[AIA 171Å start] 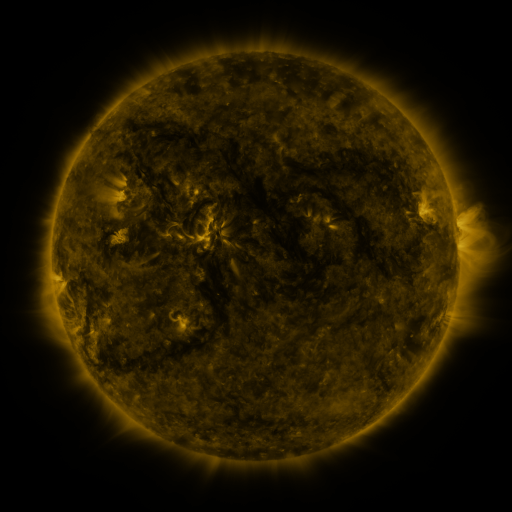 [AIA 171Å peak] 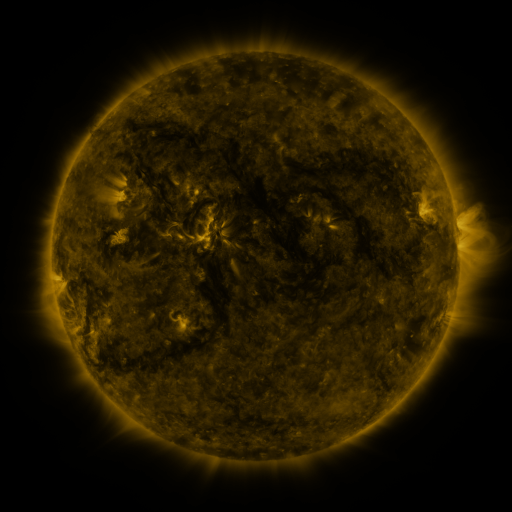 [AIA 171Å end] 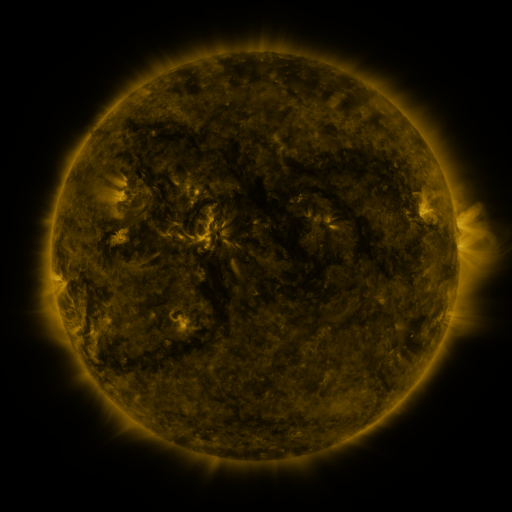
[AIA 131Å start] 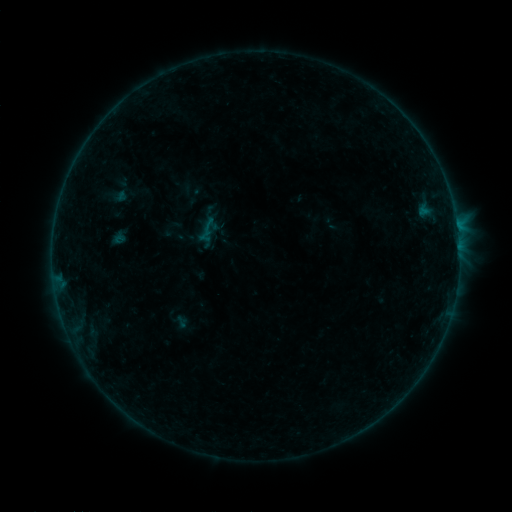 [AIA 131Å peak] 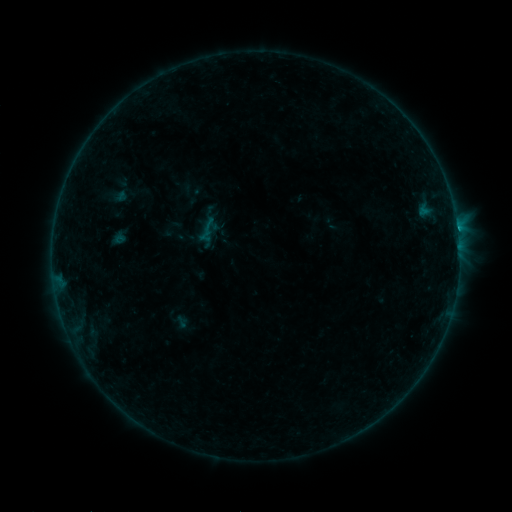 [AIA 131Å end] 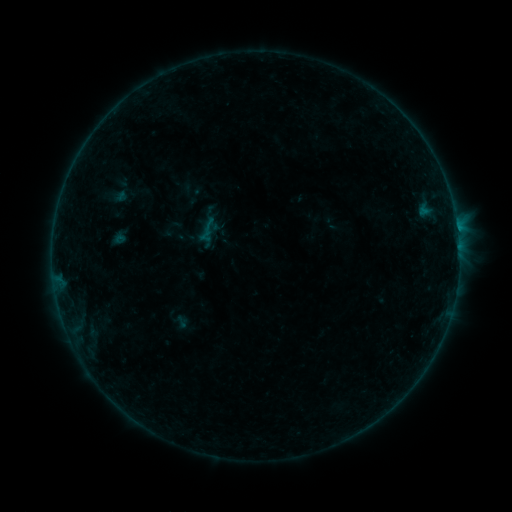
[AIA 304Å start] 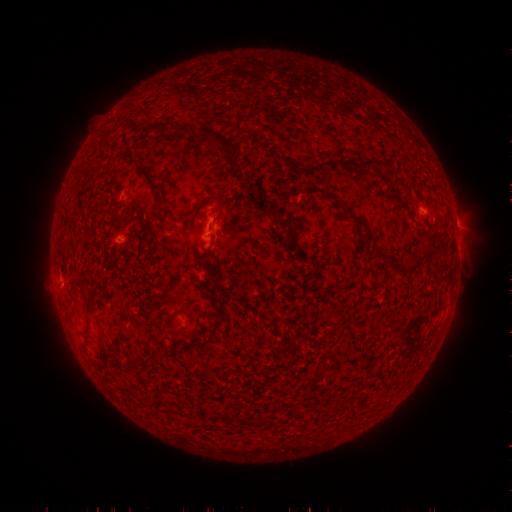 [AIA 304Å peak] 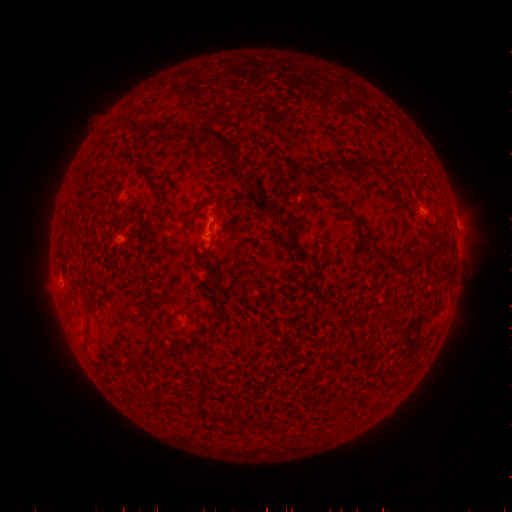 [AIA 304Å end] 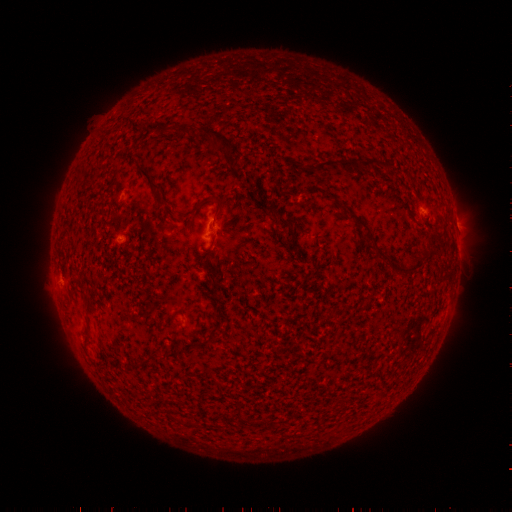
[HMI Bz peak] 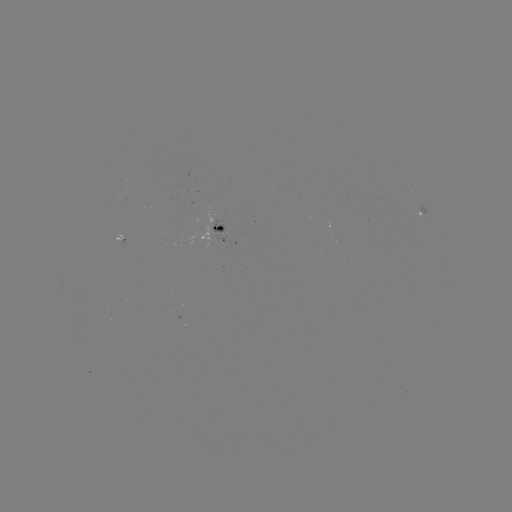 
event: flare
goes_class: B3.5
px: (457, 231)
